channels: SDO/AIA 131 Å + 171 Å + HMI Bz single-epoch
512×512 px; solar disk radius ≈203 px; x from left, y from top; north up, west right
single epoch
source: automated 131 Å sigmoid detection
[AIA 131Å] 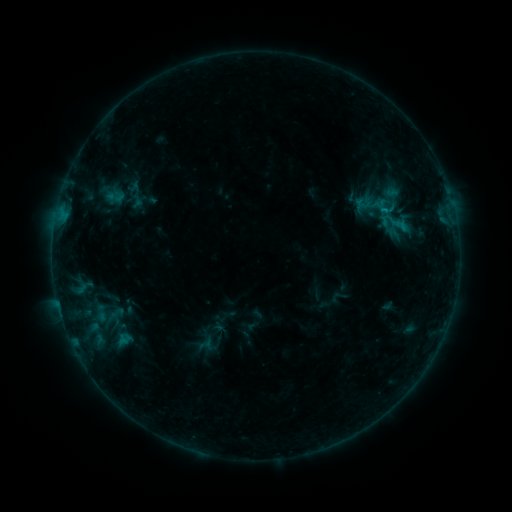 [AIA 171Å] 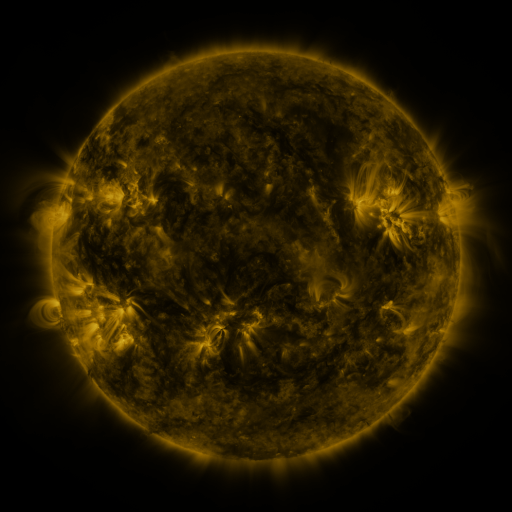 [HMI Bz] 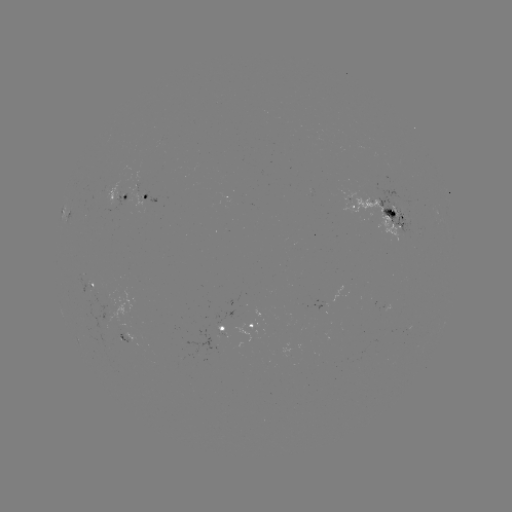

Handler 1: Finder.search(sigmoid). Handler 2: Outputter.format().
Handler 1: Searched sigmoid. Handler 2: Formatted (397, 223).